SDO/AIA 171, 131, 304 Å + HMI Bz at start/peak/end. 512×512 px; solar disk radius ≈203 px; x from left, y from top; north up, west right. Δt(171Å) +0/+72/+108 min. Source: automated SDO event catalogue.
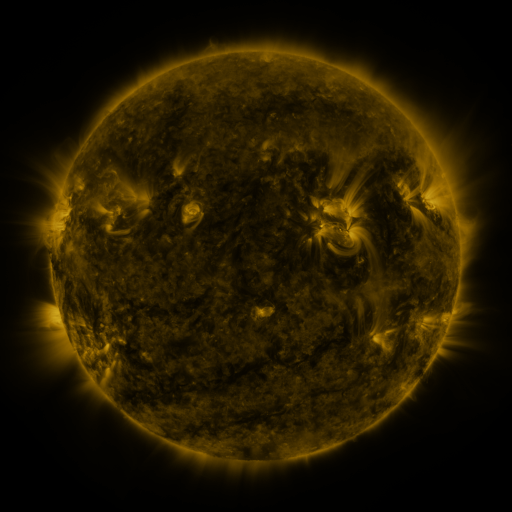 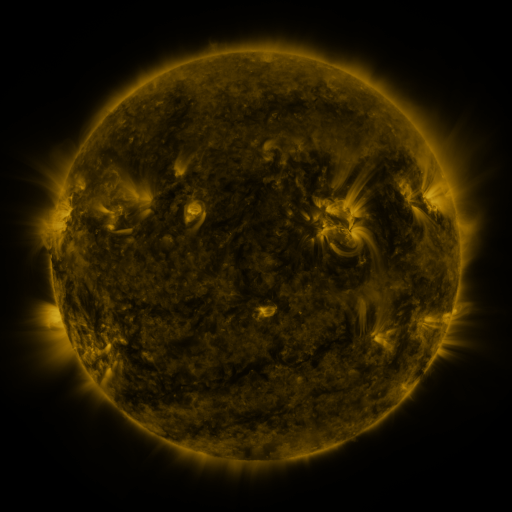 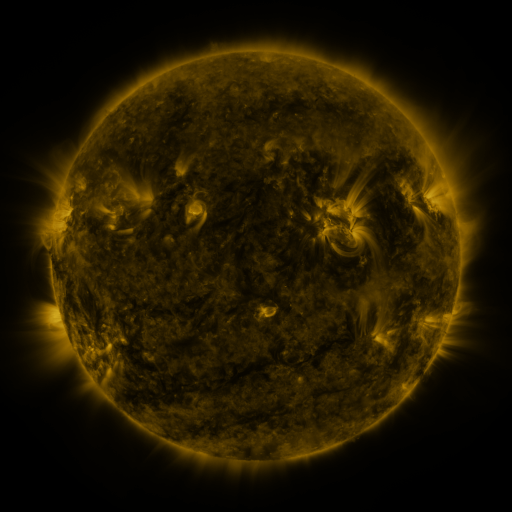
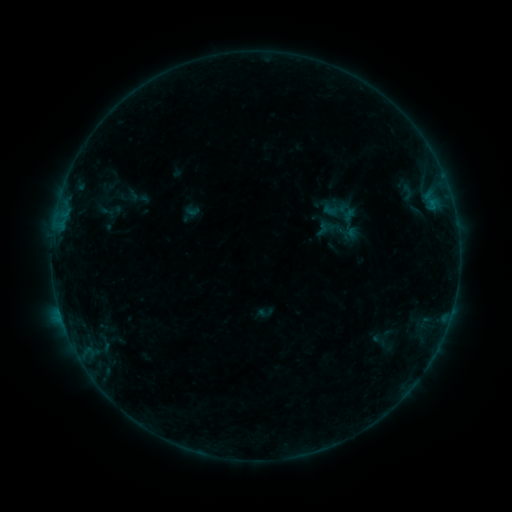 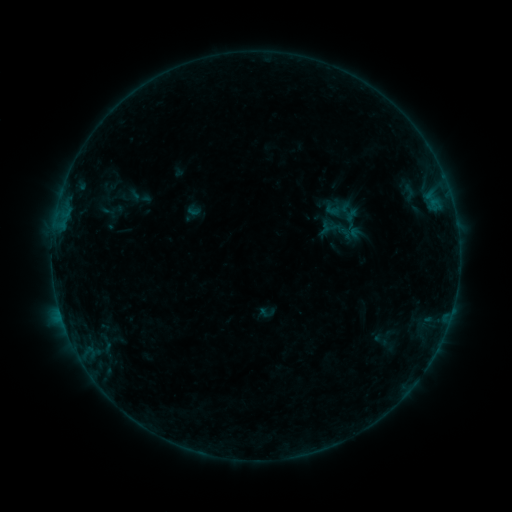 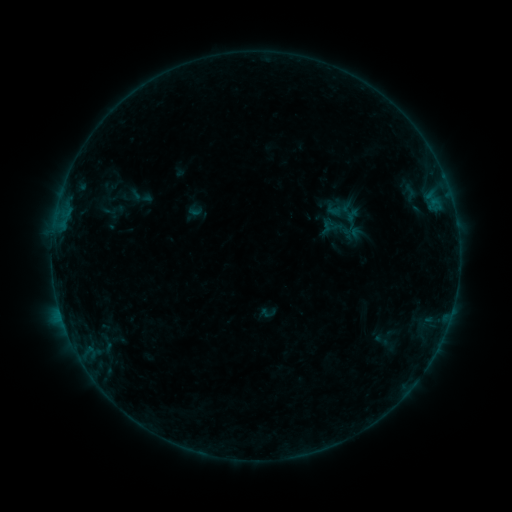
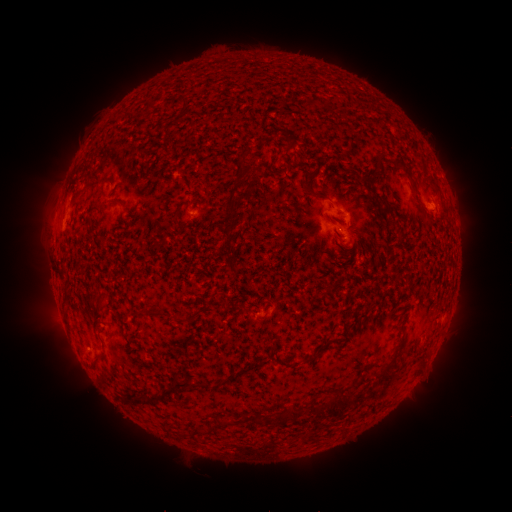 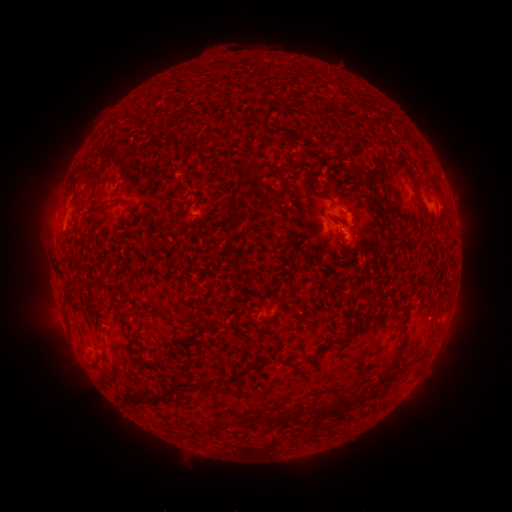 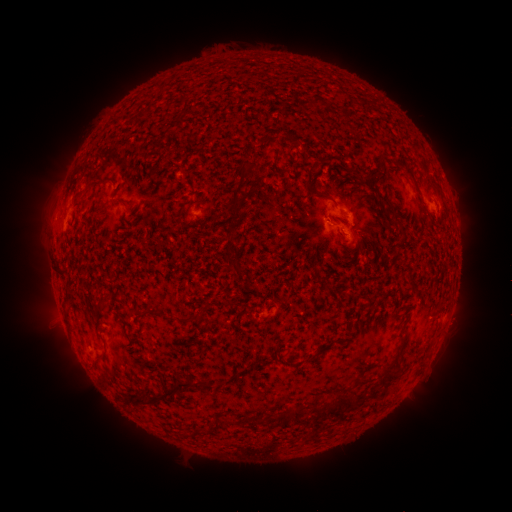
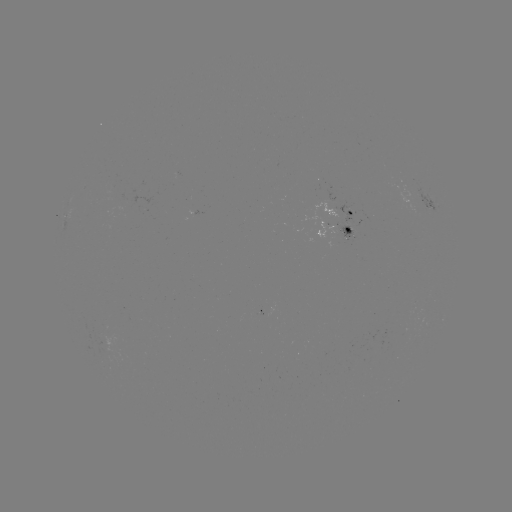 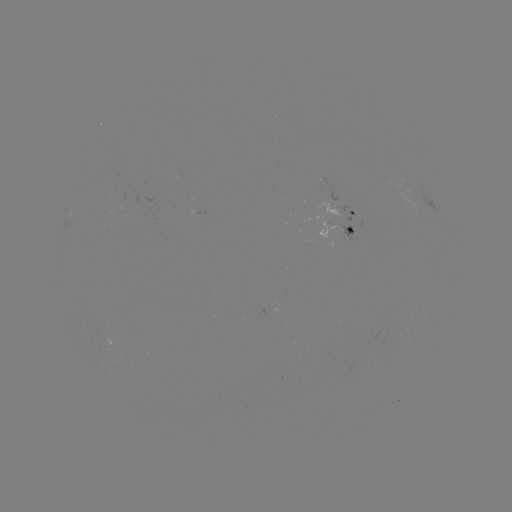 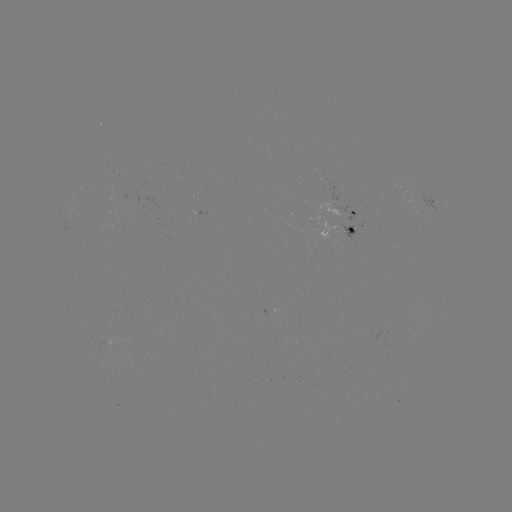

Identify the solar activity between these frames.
emerging-flux region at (342, 234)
